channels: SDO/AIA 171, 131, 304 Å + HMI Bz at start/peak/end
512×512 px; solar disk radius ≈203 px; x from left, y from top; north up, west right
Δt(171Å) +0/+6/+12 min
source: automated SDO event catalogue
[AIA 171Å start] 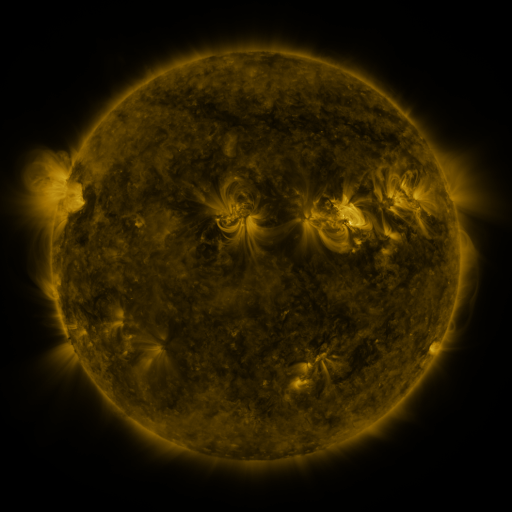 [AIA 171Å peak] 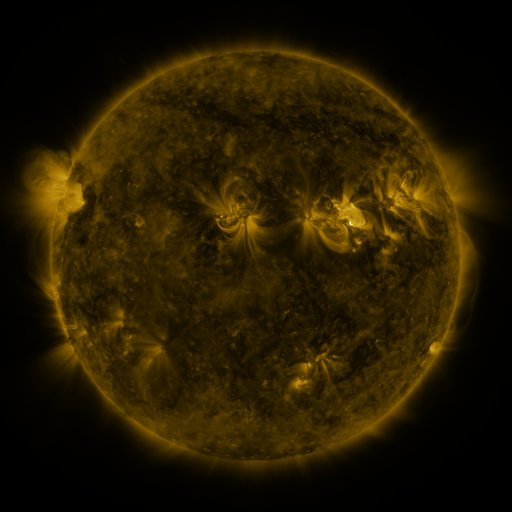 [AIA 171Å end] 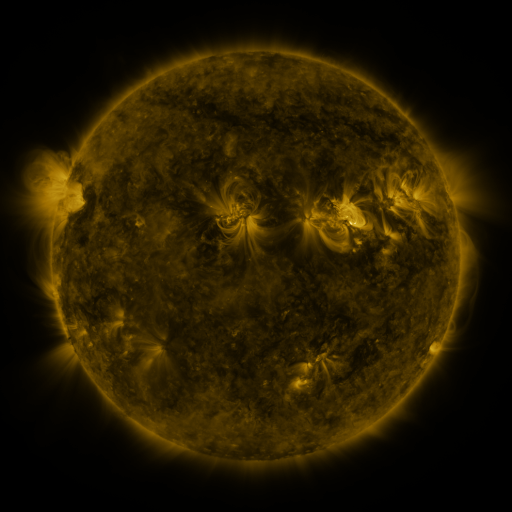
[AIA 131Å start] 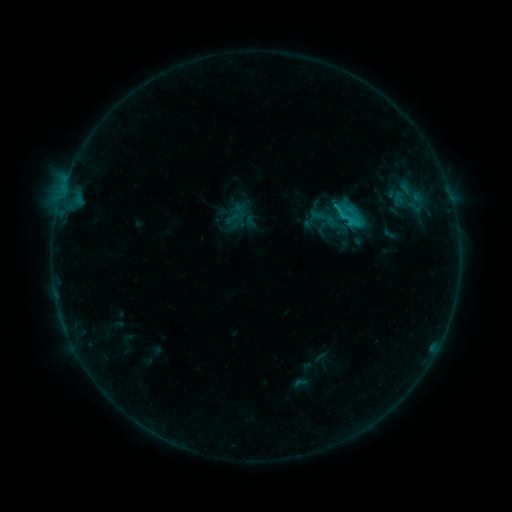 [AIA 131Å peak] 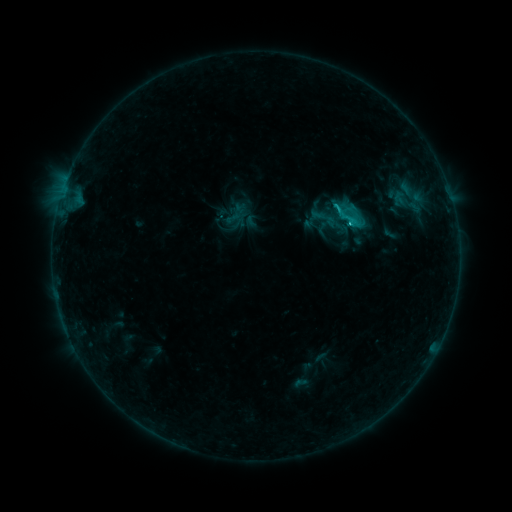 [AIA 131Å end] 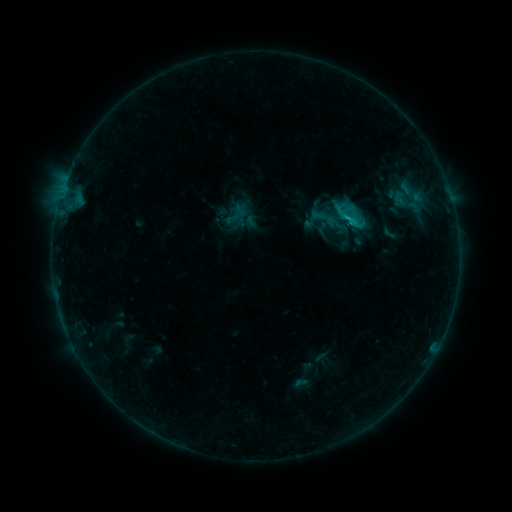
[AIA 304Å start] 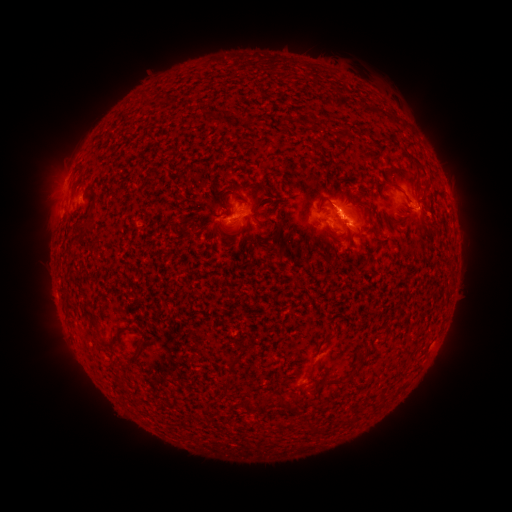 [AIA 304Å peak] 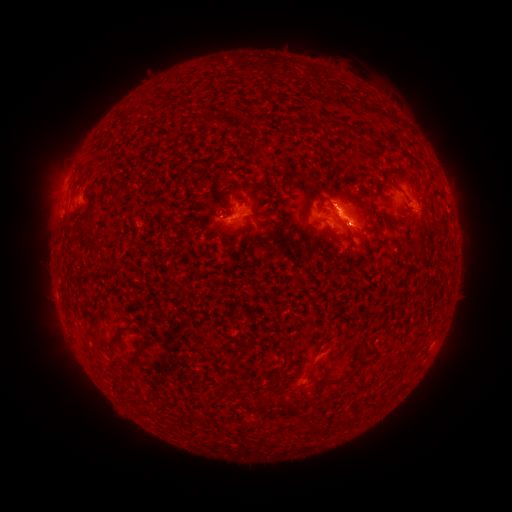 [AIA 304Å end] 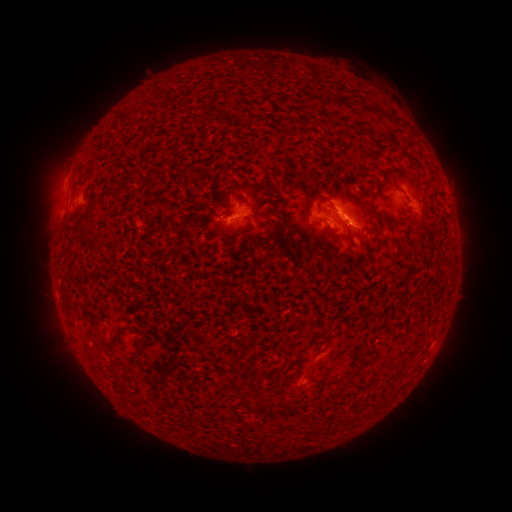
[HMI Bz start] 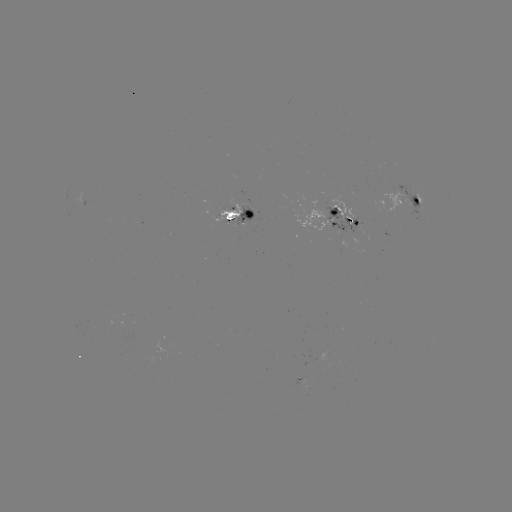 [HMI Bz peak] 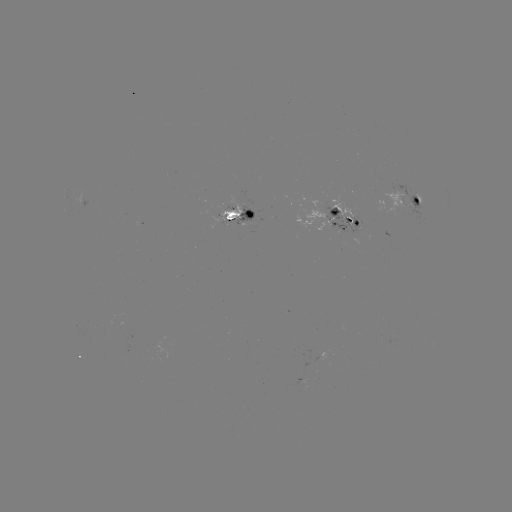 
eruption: (313, 175, 378, 243)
